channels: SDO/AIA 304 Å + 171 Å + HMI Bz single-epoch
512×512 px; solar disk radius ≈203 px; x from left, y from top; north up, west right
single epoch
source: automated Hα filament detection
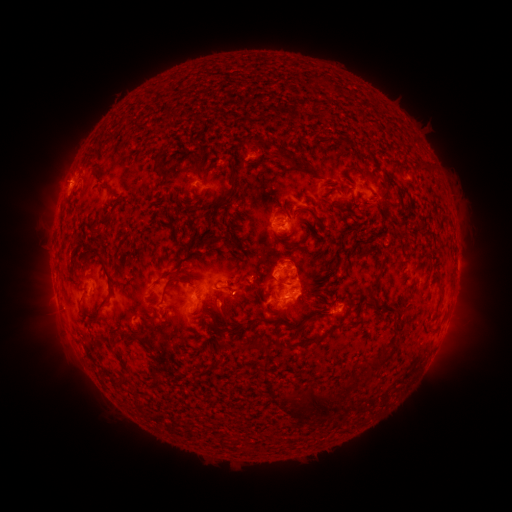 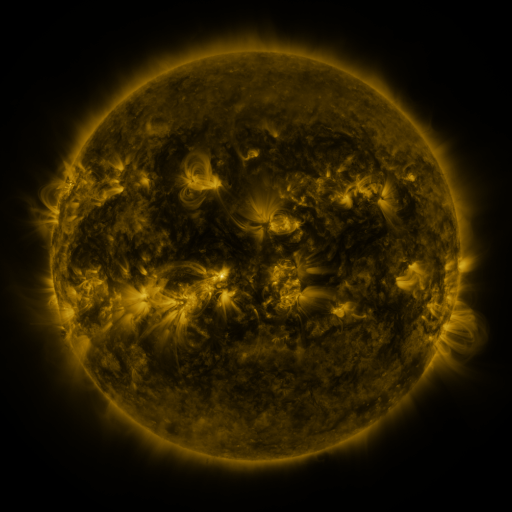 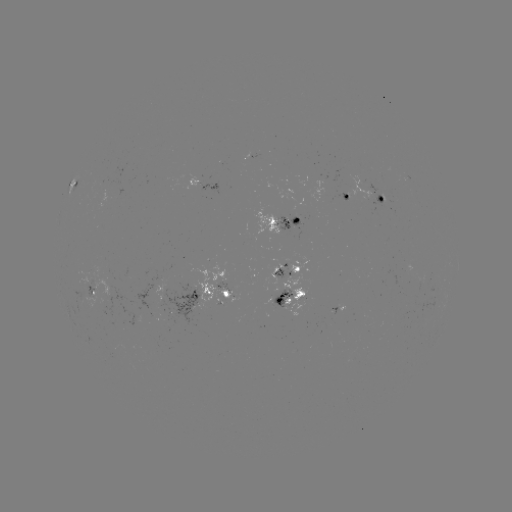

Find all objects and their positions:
filament: (253, 137)
filament: (157, 160)
filament: (301, 169)
filament: (230, 176)
filament: (366, 186)
filament: (107, 190)
filament: (217, 208)
filament: (286, 213)
filament: (105, 224)
filament: (291, 243)
filament: (229, 245)
filament: (367, 247)
filament: (118, 259)
filament: (183, 263)
filament: (322, 265)
filament: (105, 270)
filament: (179, 279)
filament: (306, 284)
filament: (130, 287)
filament: (374, 287)
filament: (236, 294)
filament: (201, 300)
filament: (225, 303)
filament: (271, 306)
filament: (388, 306)
filament: (100, 313)
filament: (270, 320)
filament: (145, 321)
filament: (215, 322)
filament: (159, 325)
filament: (324, 333)
filament: (142, 342)
filament: (246, 346)
filament: (375, 363)
filament: (121, 385)
filament: (349, 385)
filament: (288, 394)
filament: (322, 402)
